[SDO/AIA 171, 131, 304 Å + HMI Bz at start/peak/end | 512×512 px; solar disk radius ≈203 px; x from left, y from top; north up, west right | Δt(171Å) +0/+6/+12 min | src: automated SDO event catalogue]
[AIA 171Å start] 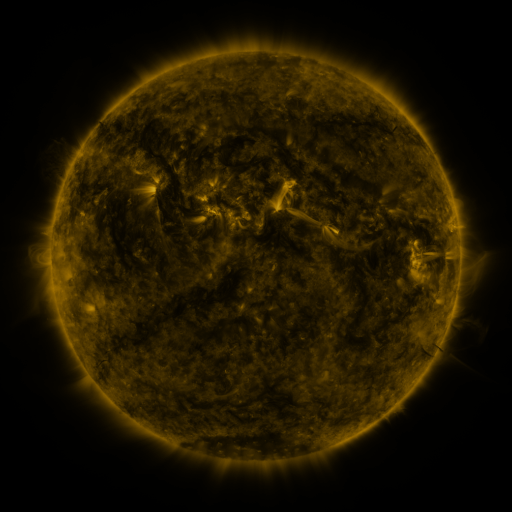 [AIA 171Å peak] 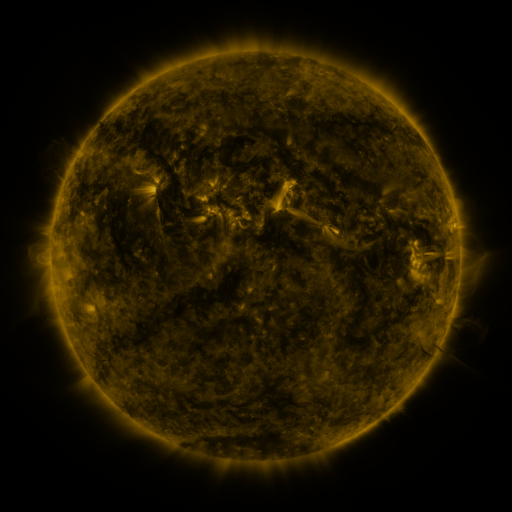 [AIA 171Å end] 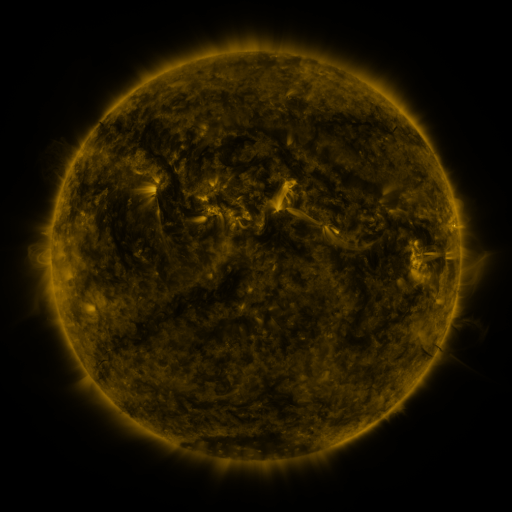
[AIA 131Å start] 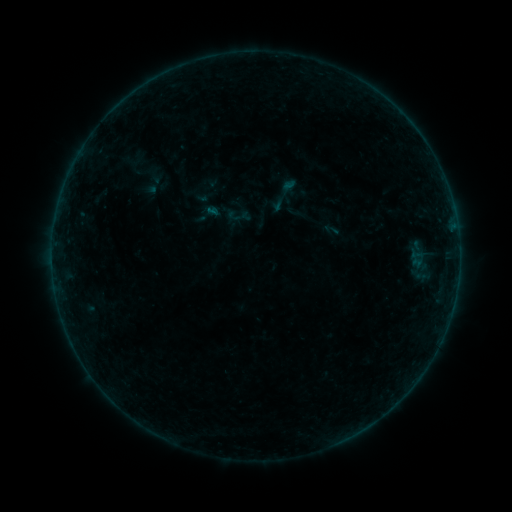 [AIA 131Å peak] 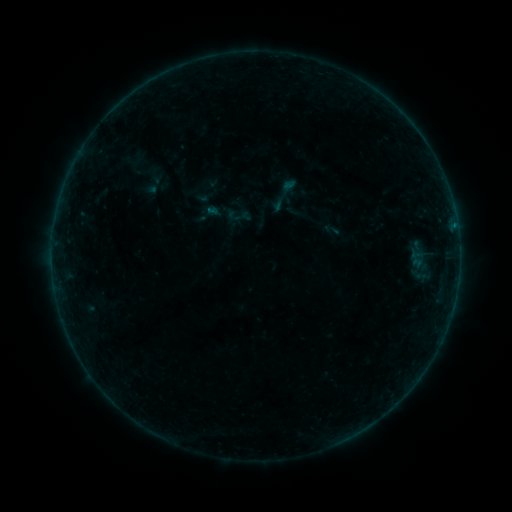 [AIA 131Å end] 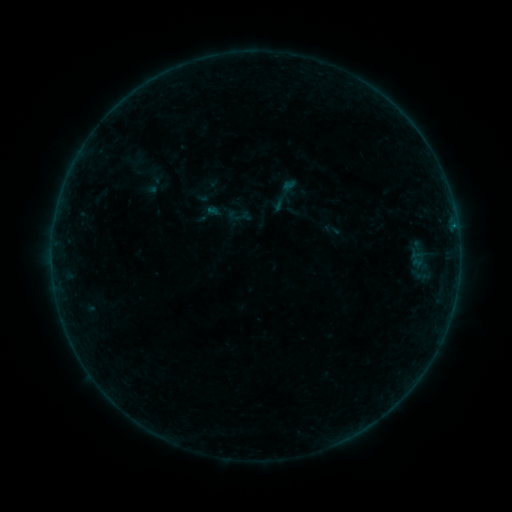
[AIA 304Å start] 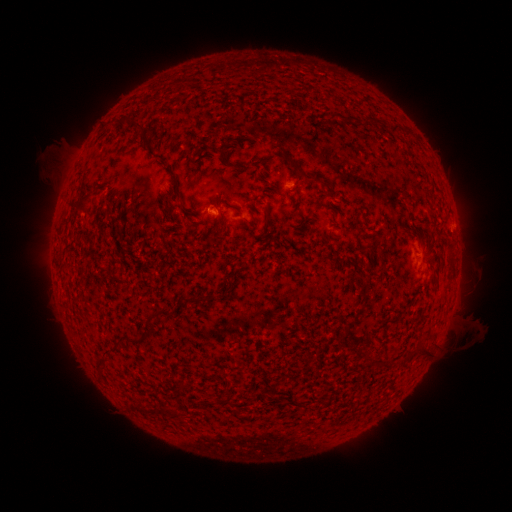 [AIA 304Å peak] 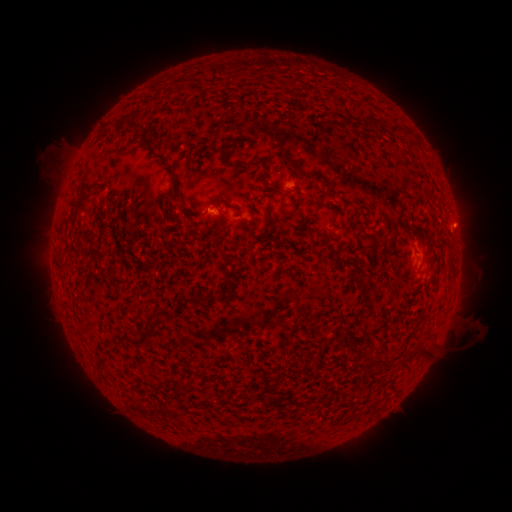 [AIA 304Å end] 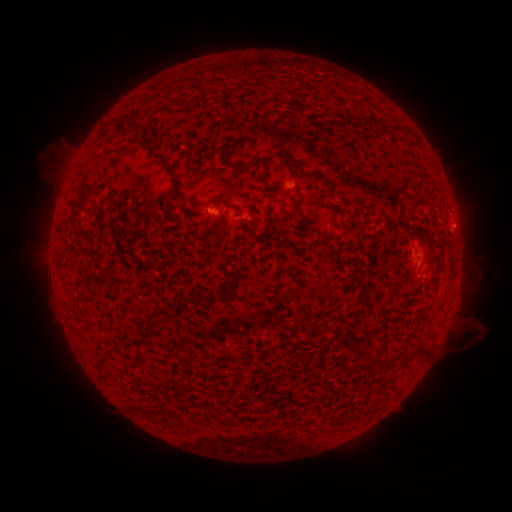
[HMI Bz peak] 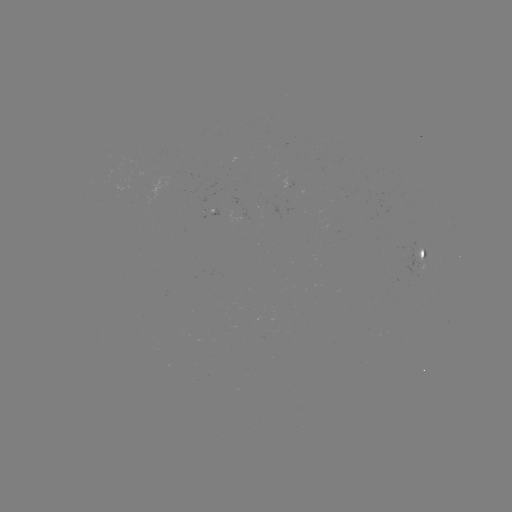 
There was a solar flare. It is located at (454, 224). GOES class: B2.2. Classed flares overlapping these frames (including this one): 1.